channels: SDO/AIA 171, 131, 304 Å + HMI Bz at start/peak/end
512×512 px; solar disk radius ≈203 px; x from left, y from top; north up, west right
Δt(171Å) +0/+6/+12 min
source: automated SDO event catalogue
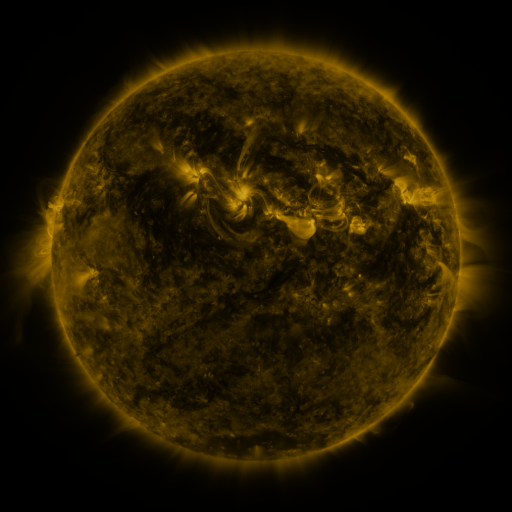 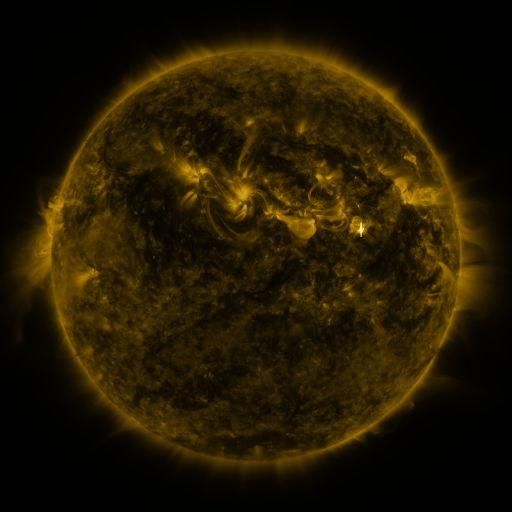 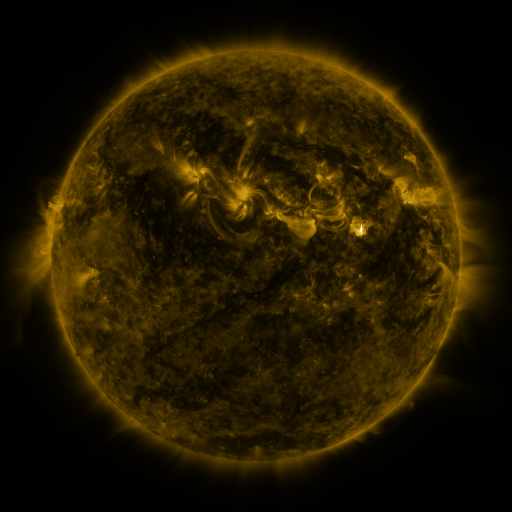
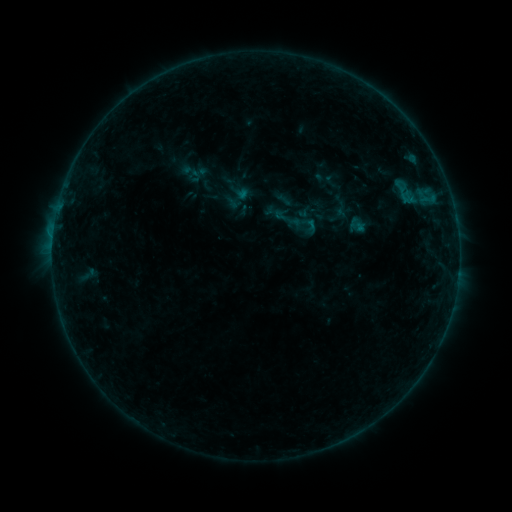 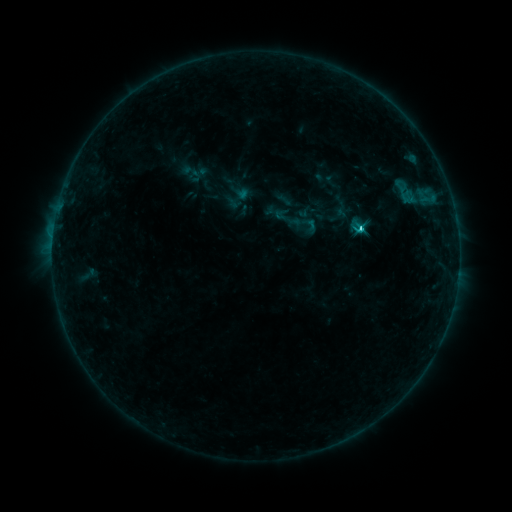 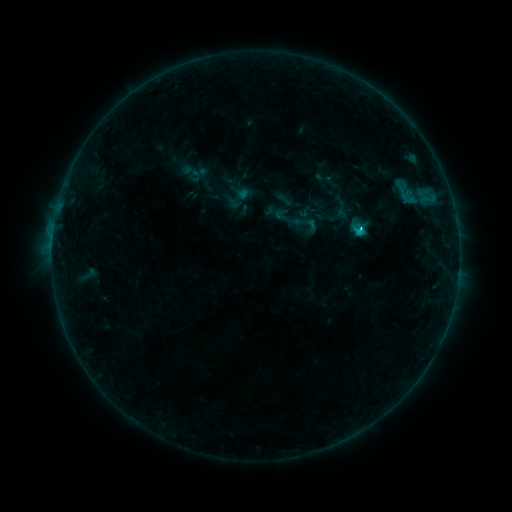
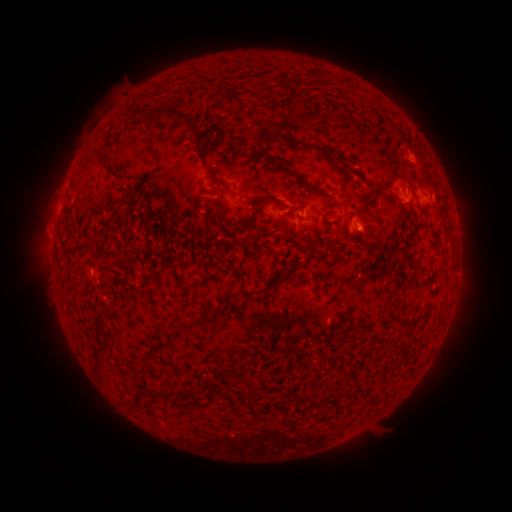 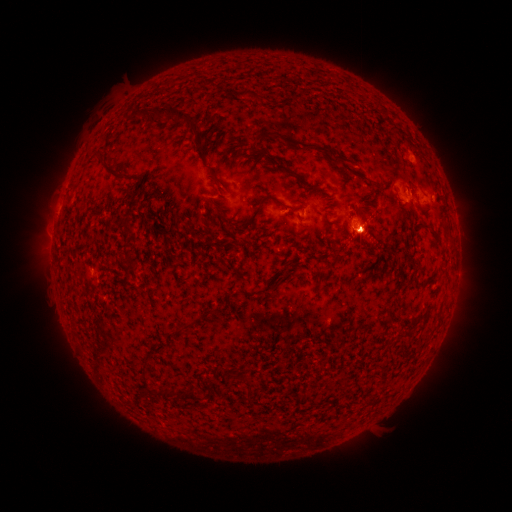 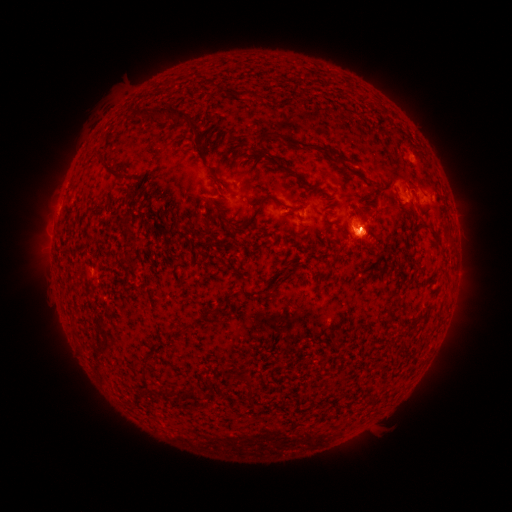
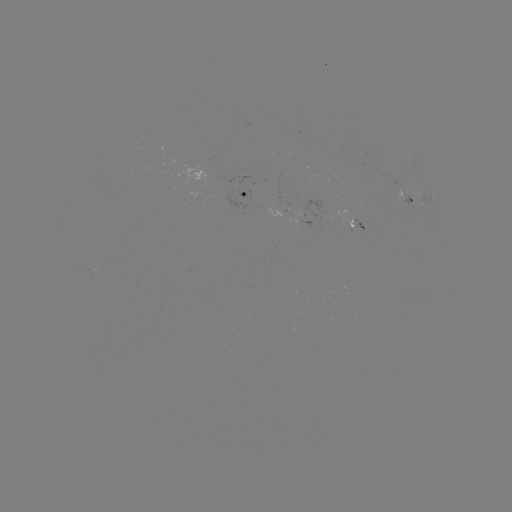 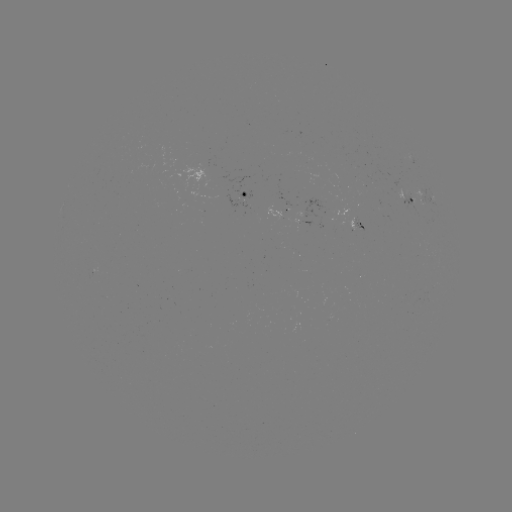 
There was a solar eruption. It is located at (362, 234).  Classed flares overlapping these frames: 2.